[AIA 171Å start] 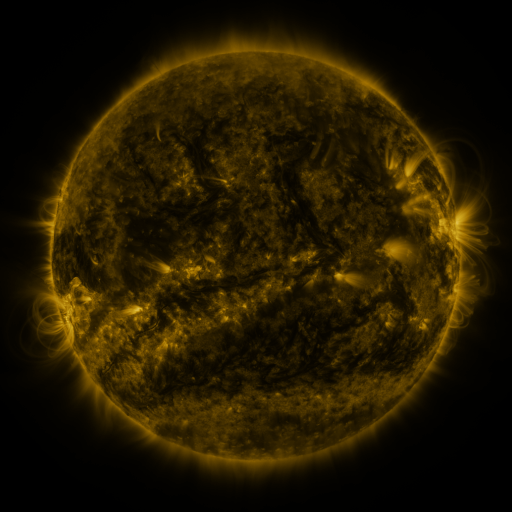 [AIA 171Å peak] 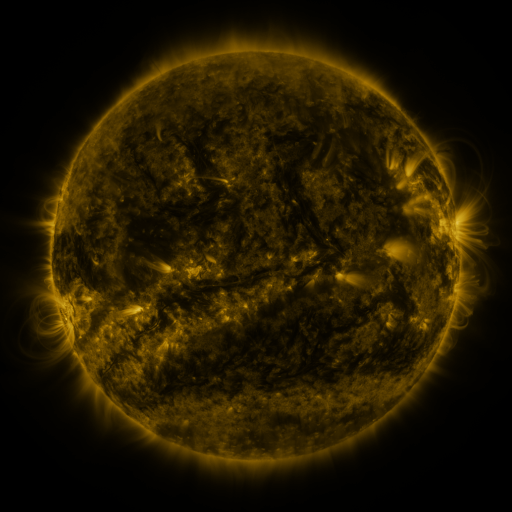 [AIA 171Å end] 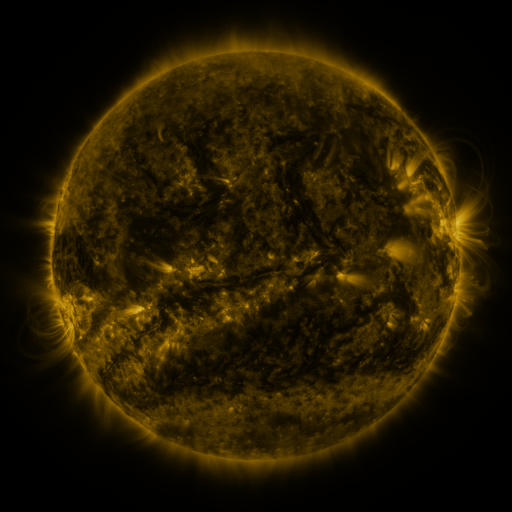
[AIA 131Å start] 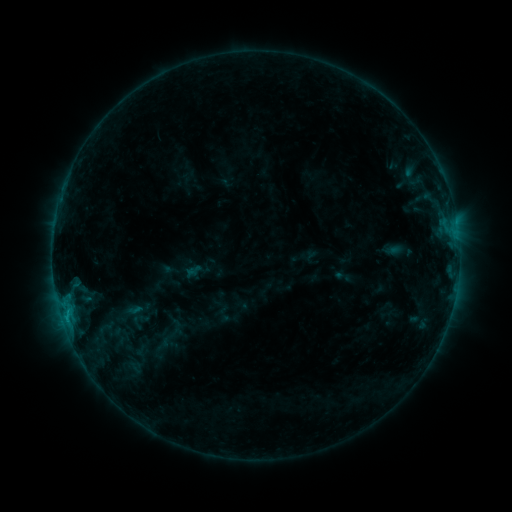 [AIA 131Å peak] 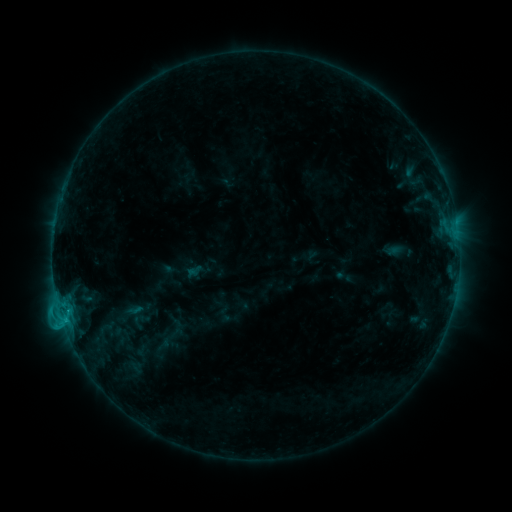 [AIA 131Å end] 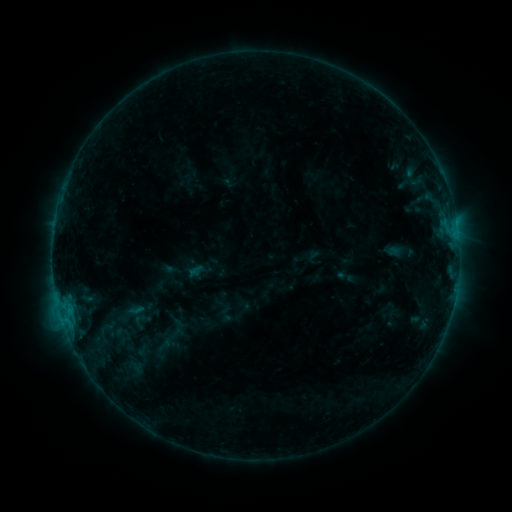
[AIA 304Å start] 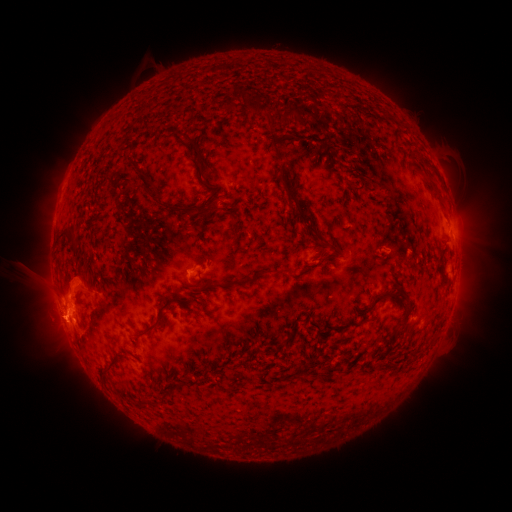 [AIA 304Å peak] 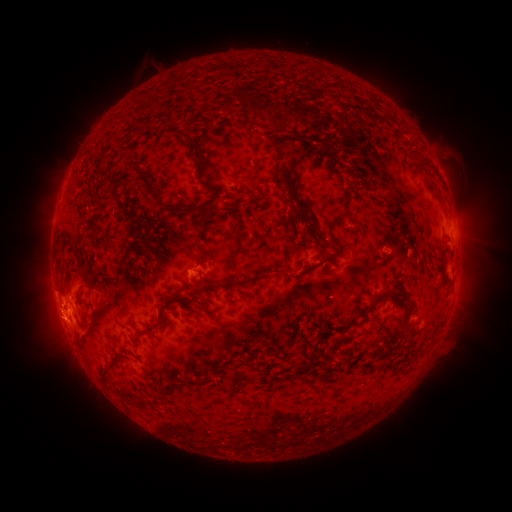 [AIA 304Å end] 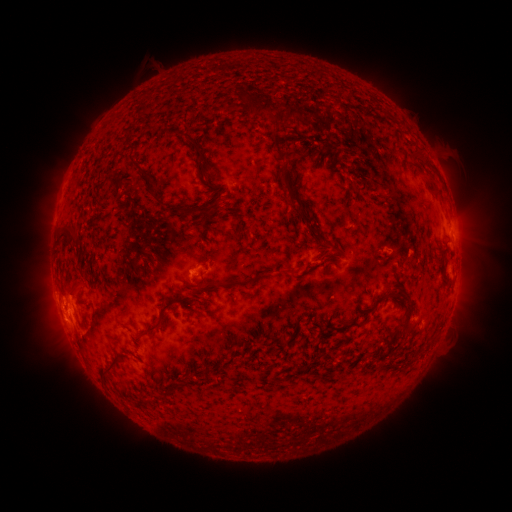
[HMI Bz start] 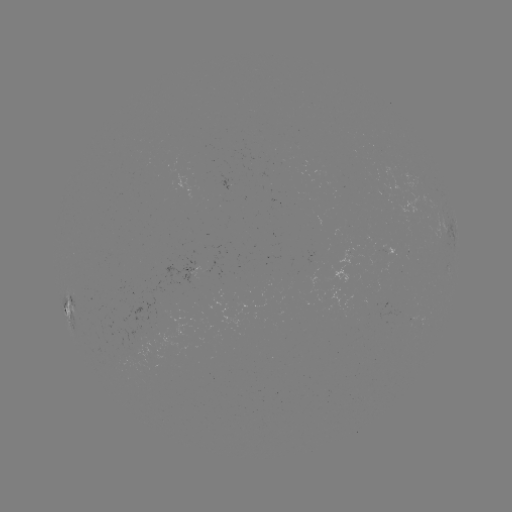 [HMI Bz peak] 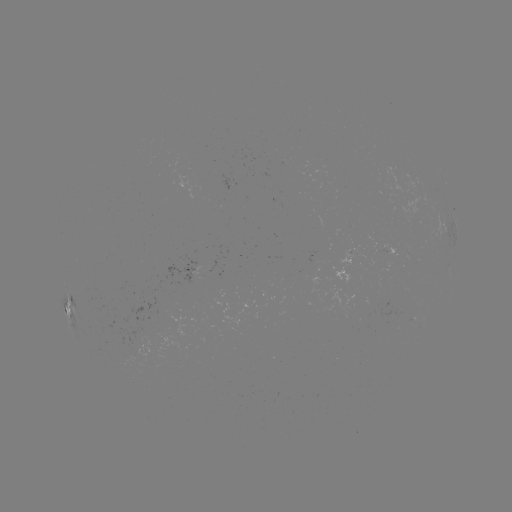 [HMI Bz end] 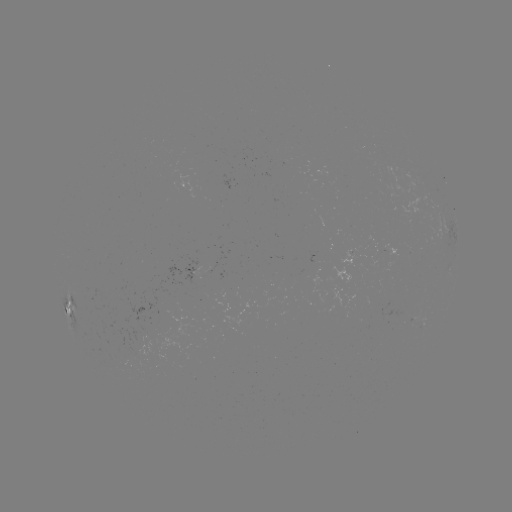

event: flare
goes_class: C1.8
